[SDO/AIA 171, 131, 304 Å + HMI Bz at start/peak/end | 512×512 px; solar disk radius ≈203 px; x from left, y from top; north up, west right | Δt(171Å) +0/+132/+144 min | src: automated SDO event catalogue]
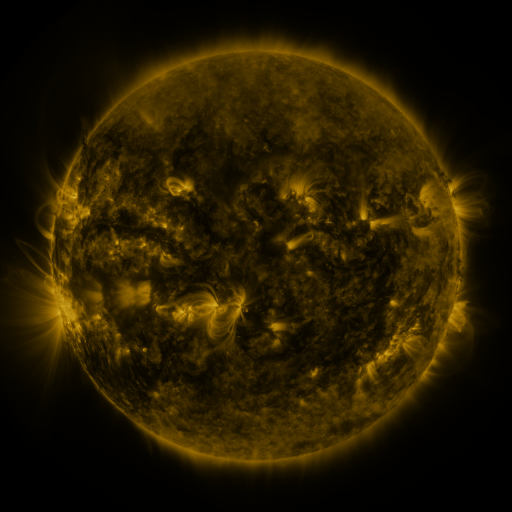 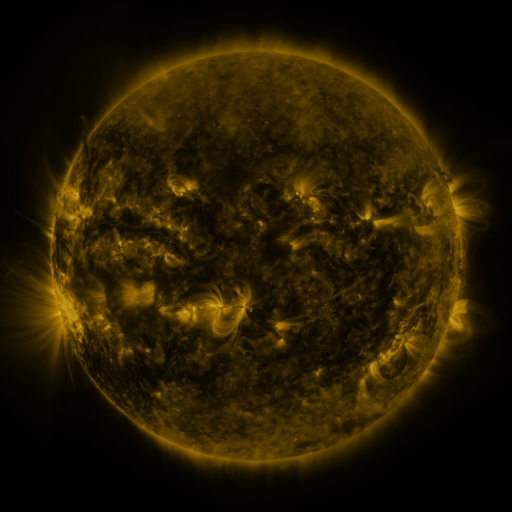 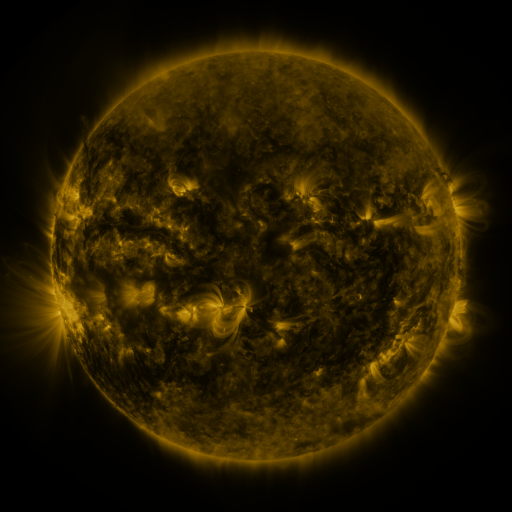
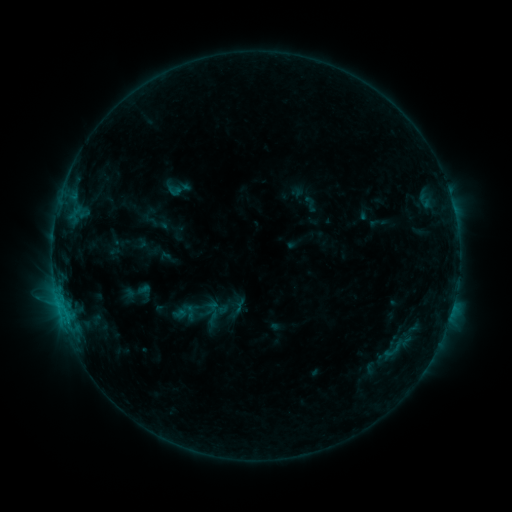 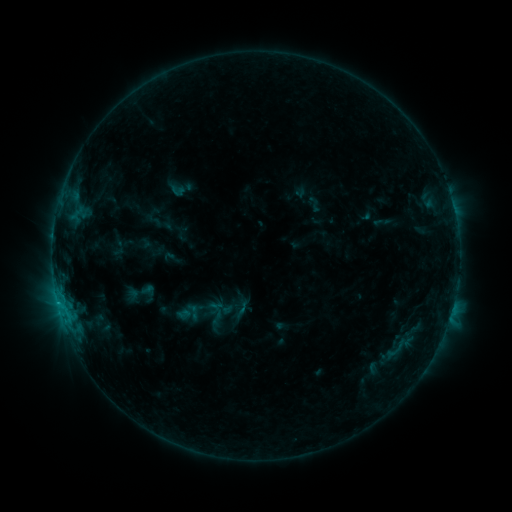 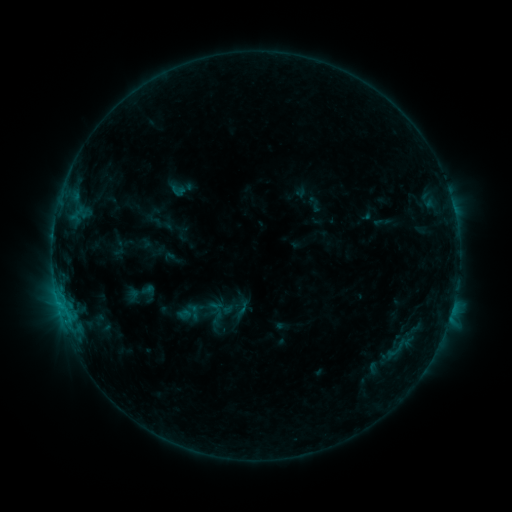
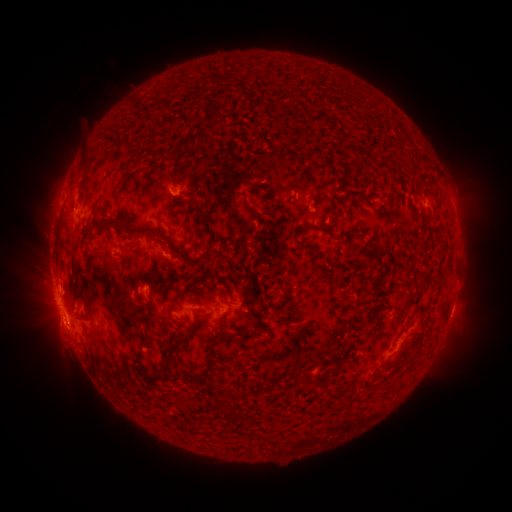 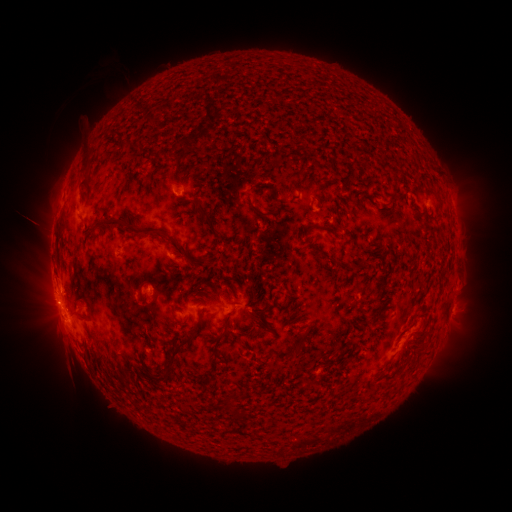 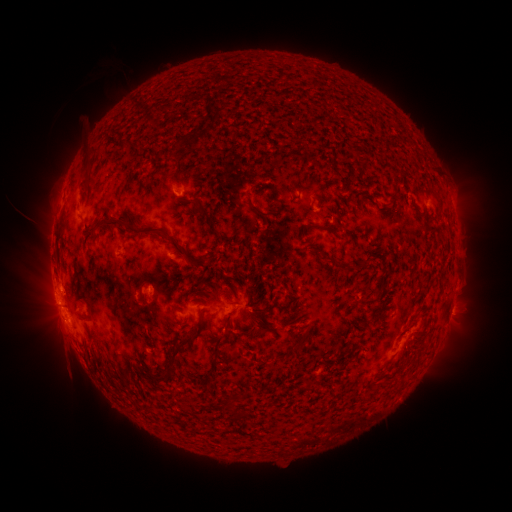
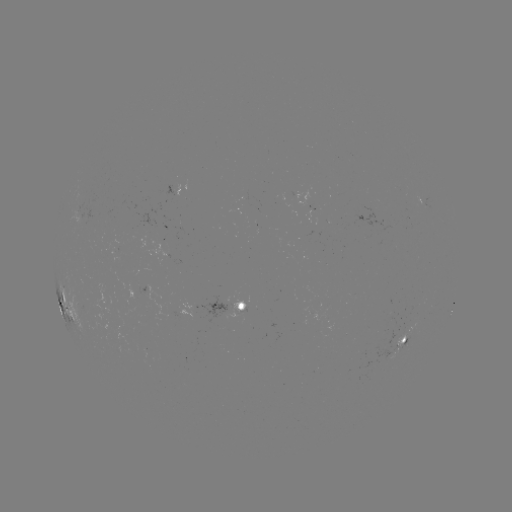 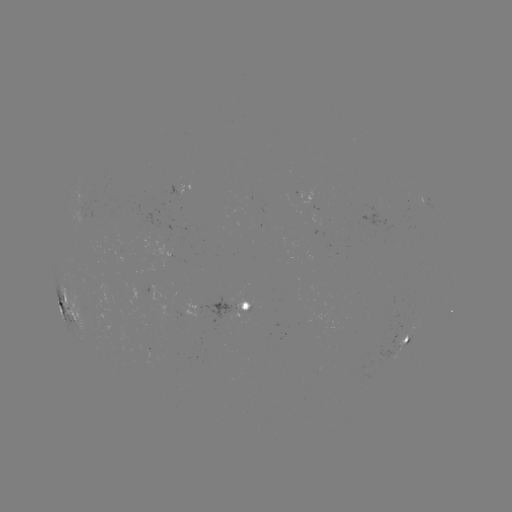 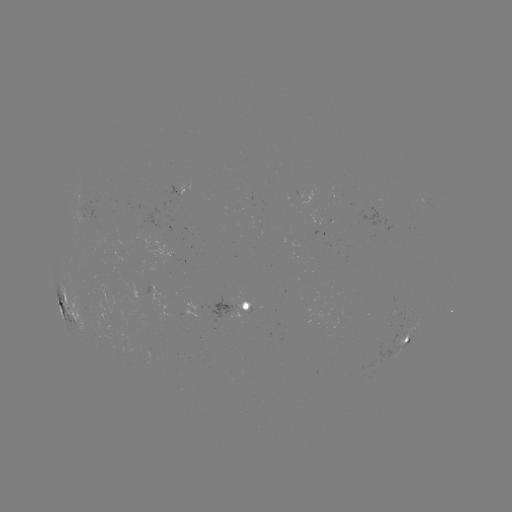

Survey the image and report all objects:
emerging-flux region: (404, 343)
